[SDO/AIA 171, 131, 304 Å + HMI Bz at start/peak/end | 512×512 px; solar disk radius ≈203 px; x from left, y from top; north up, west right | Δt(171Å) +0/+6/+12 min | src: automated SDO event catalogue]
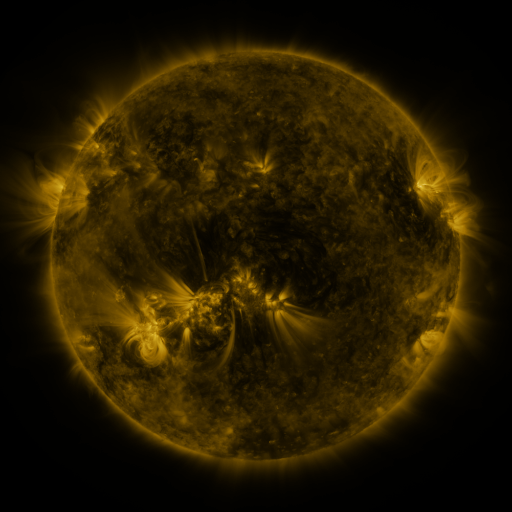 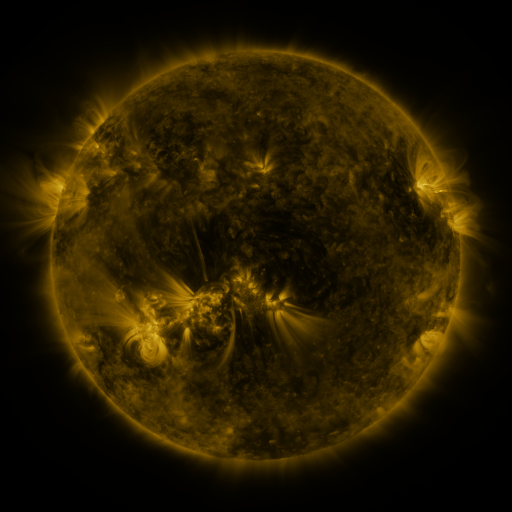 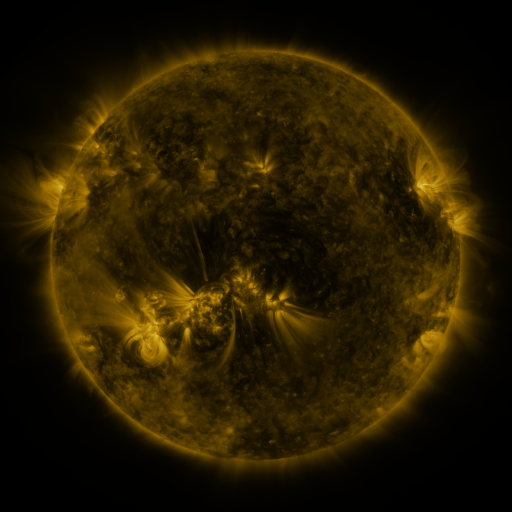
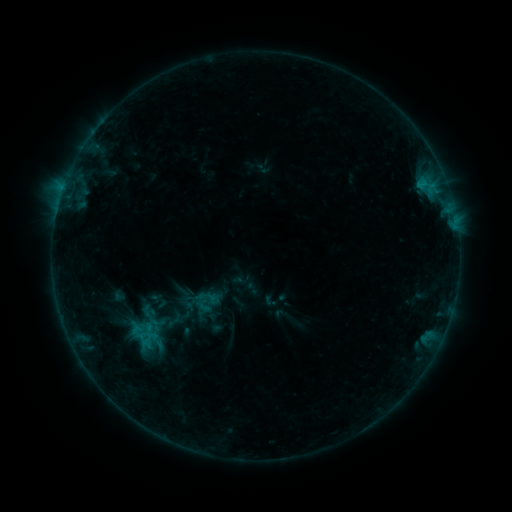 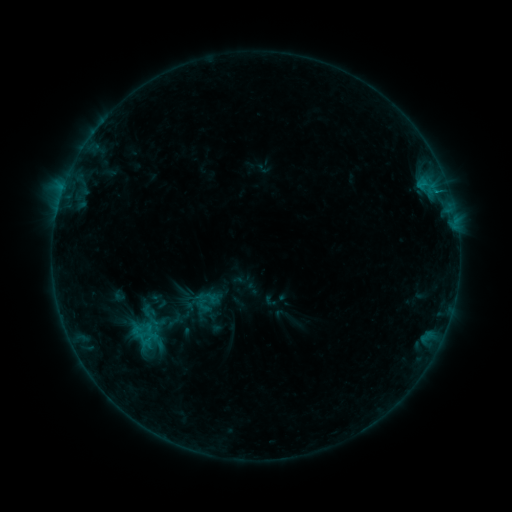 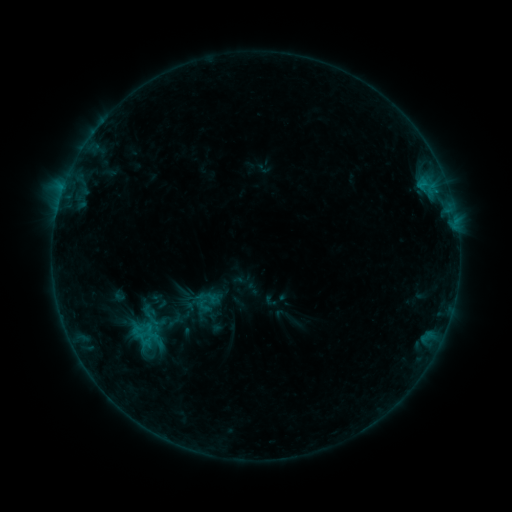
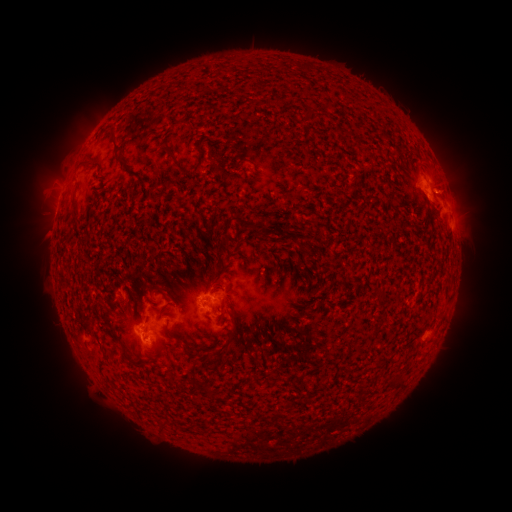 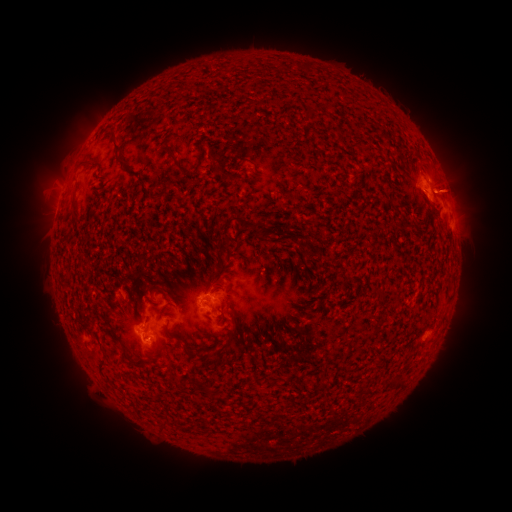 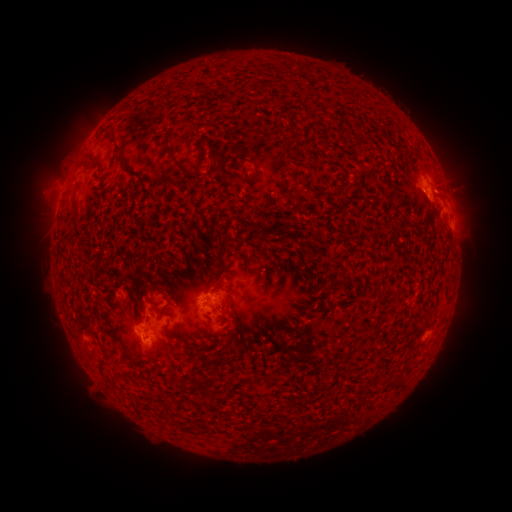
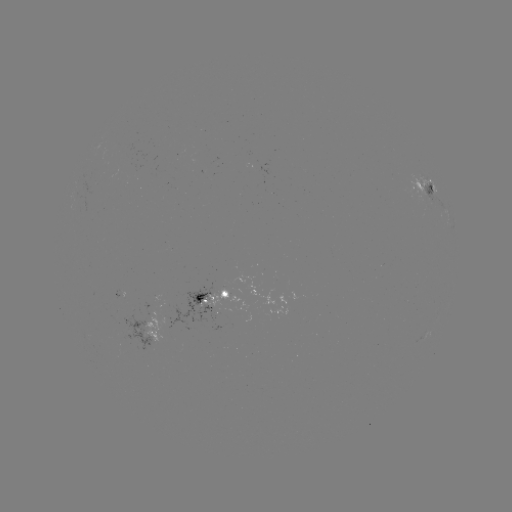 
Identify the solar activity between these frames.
eruption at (458, 186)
